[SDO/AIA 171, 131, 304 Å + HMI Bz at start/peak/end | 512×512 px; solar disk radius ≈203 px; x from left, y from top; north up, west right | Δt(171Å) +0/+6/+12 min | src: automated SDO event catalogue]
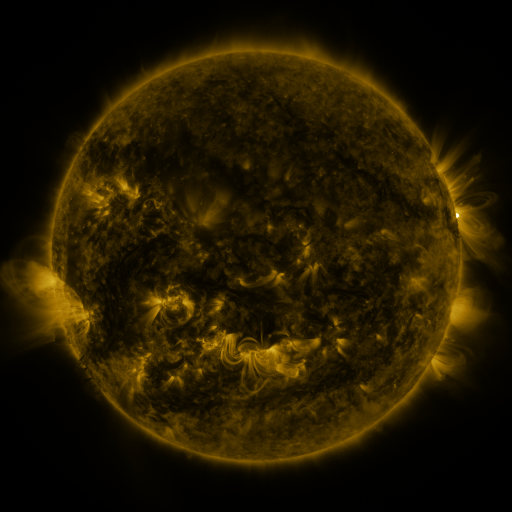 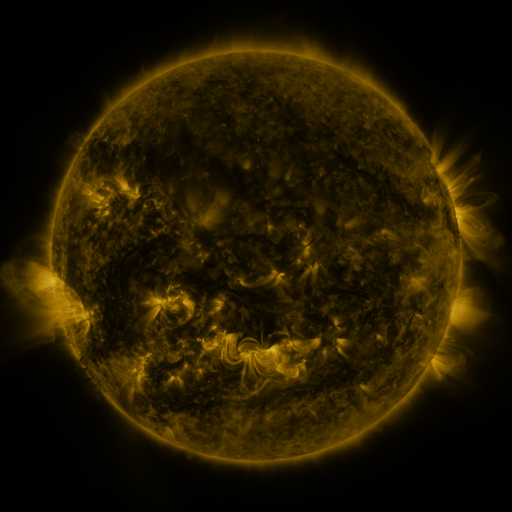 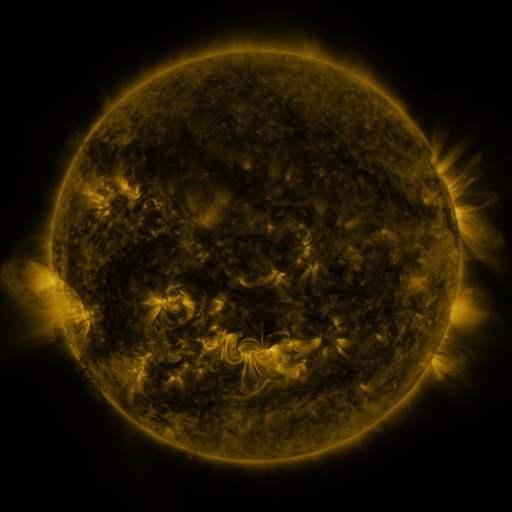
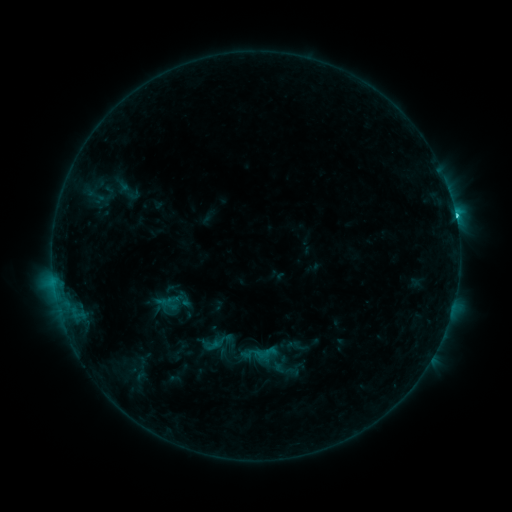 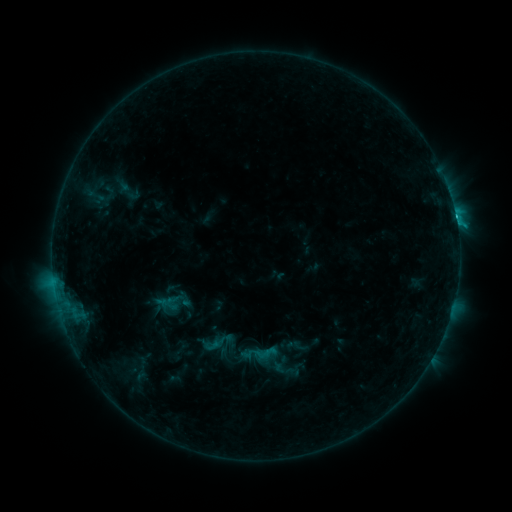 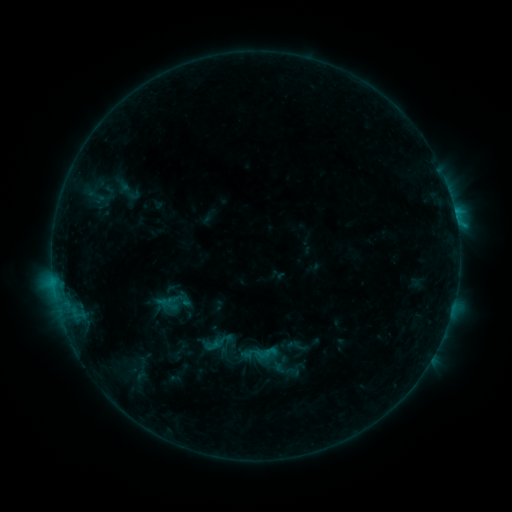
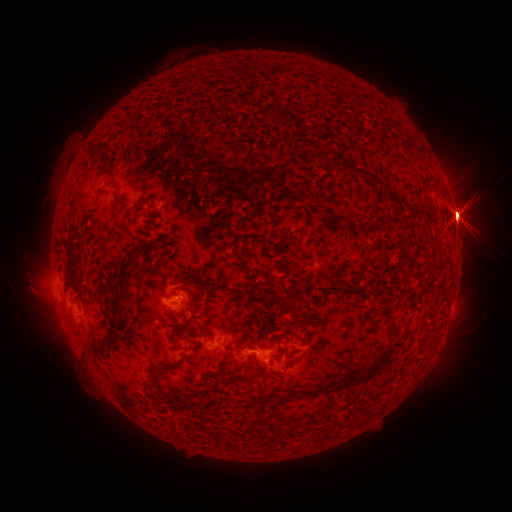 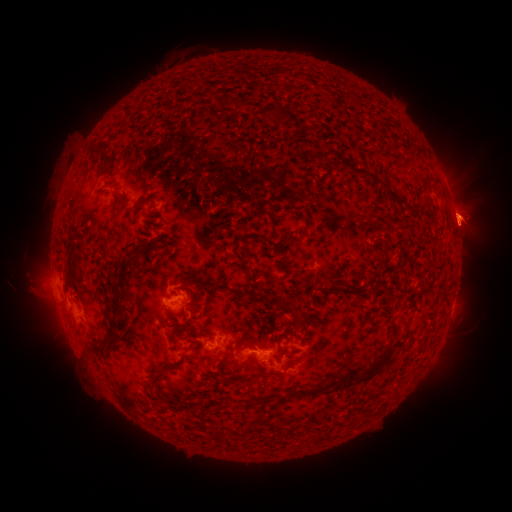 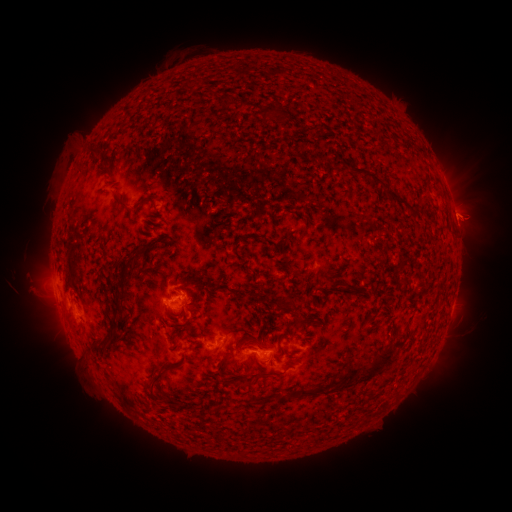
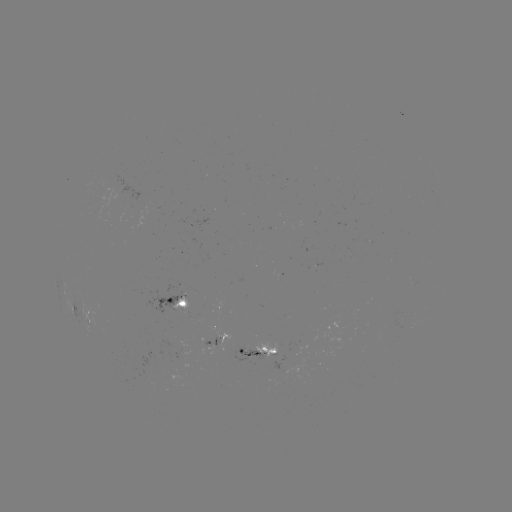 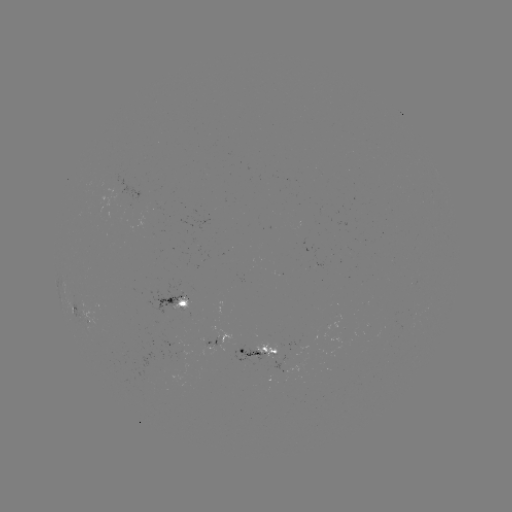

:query eruption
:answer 48,304